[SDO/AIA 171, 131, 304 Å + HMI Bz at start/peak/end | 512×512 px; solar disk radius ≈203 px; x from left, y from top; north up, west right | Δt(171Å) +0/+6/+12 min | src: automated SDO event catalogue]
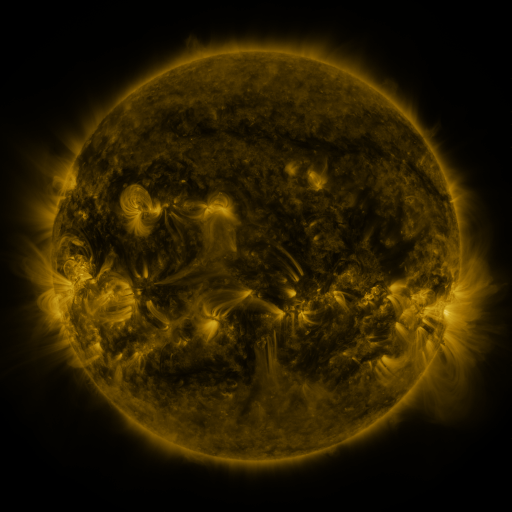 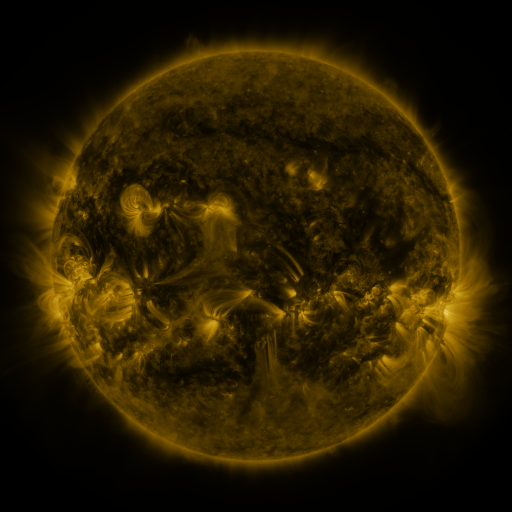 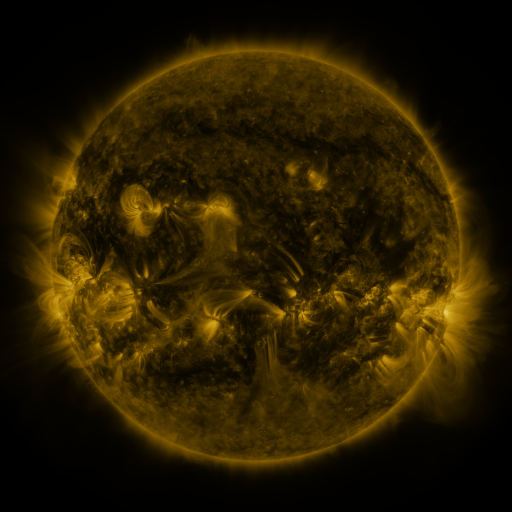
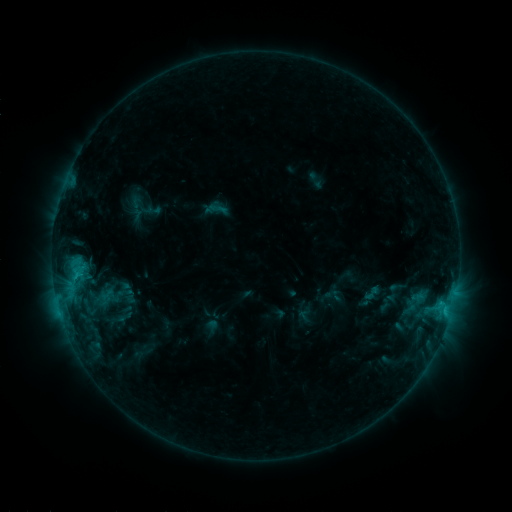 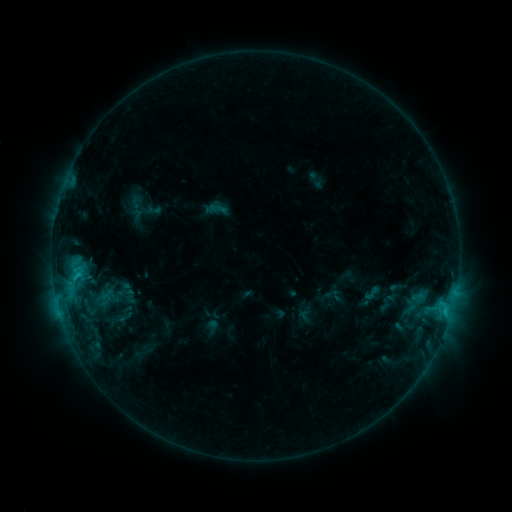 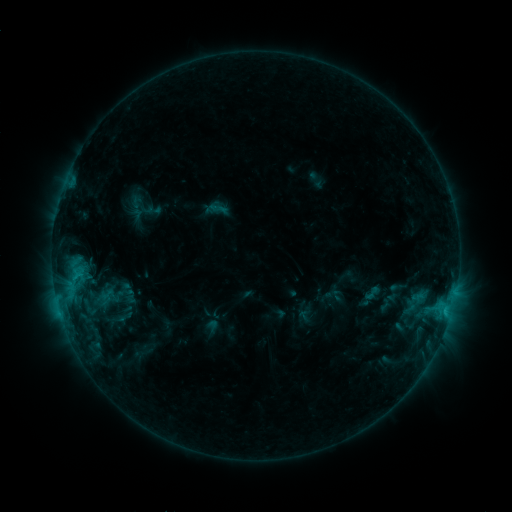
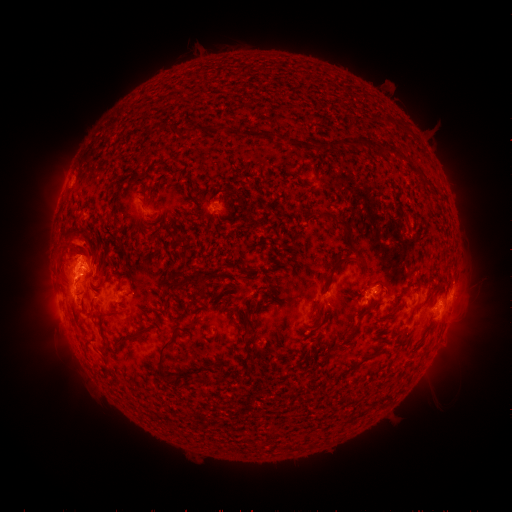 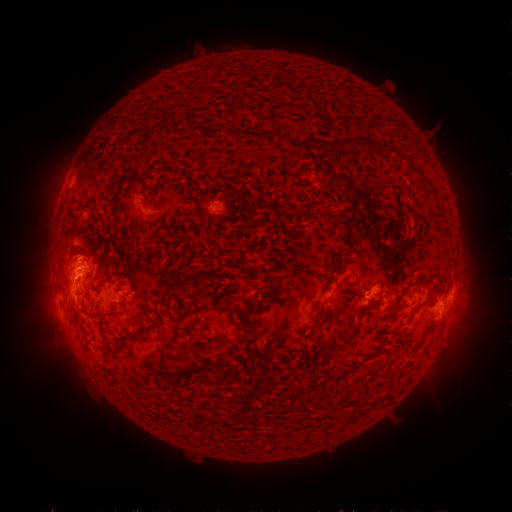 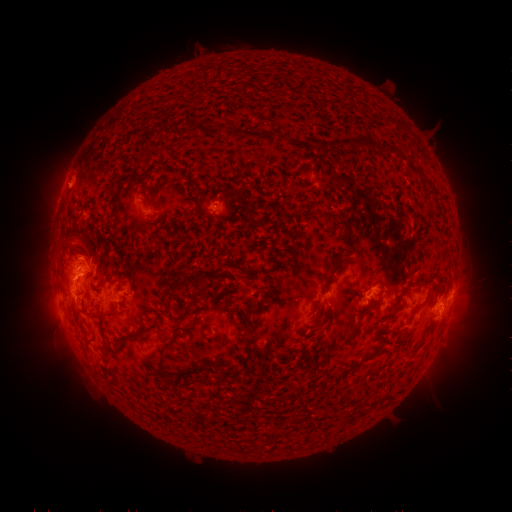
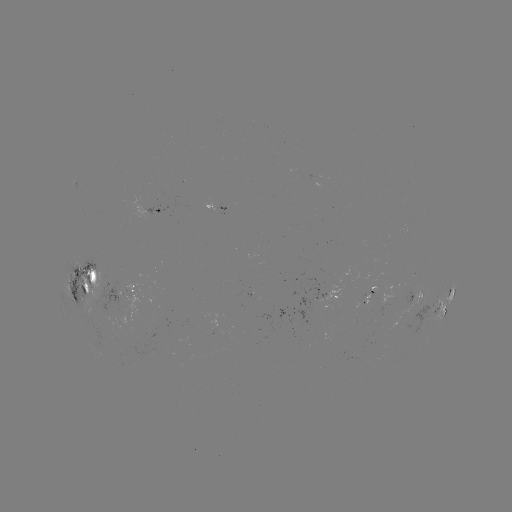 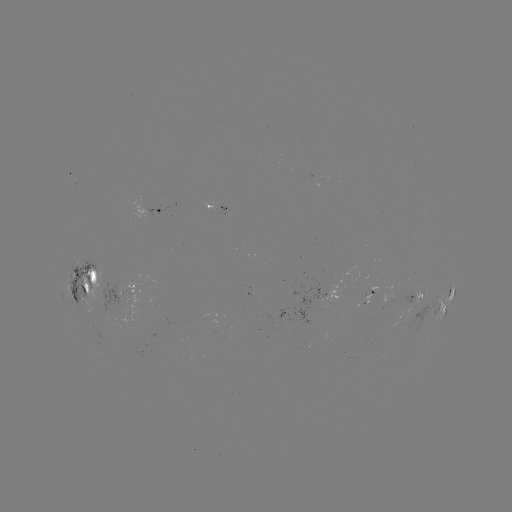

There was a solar eruption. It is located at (63, 182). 